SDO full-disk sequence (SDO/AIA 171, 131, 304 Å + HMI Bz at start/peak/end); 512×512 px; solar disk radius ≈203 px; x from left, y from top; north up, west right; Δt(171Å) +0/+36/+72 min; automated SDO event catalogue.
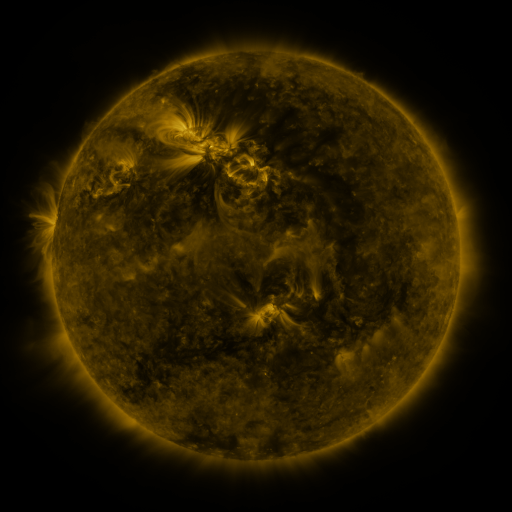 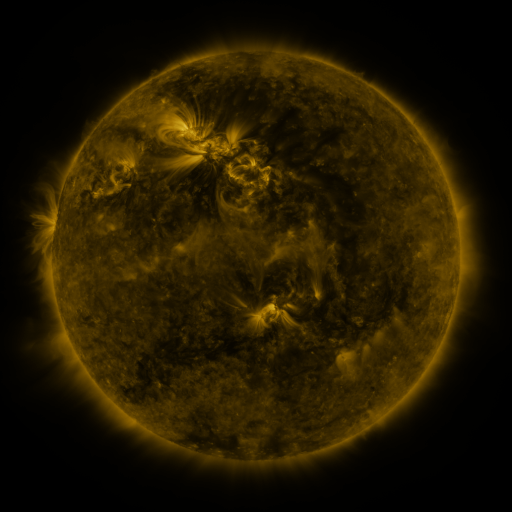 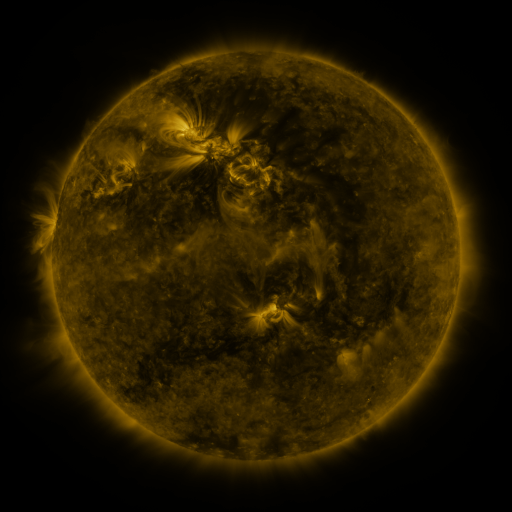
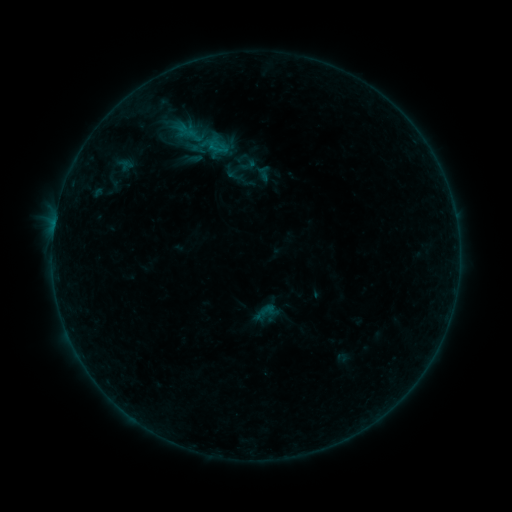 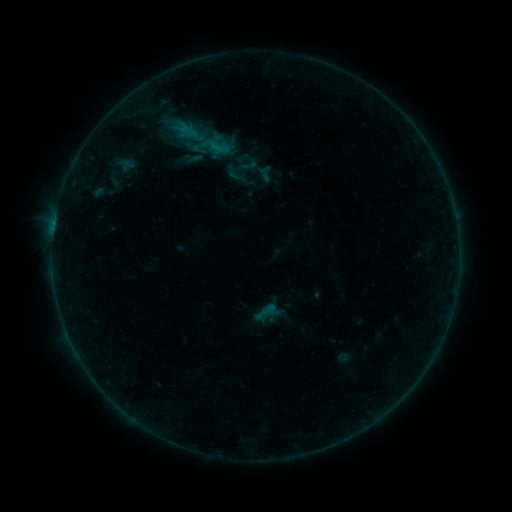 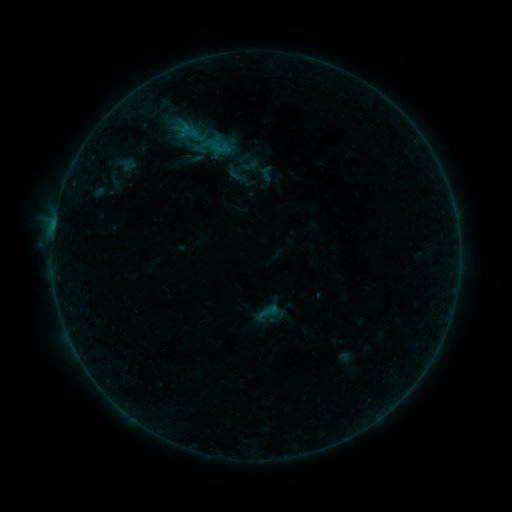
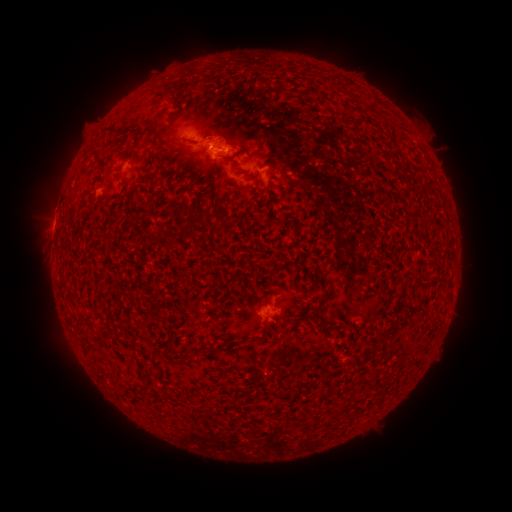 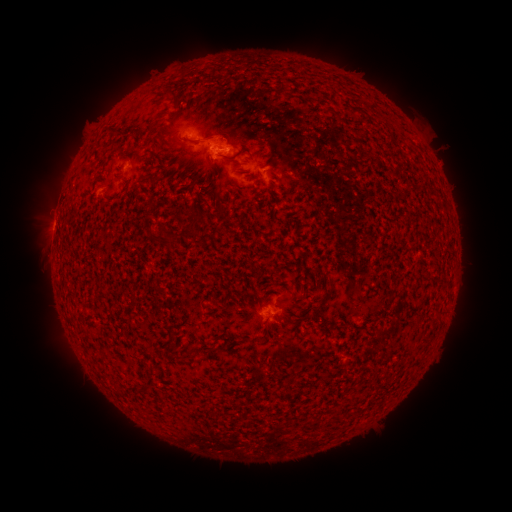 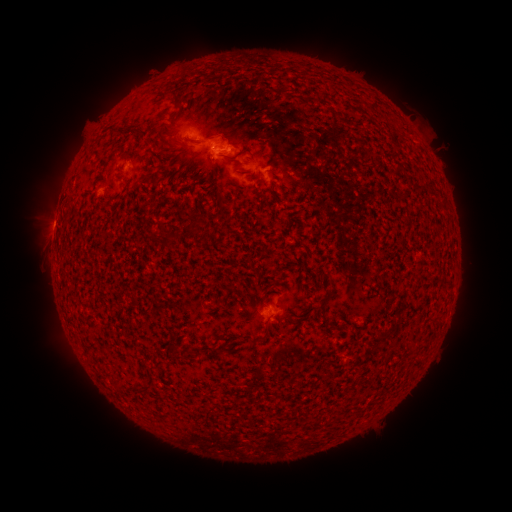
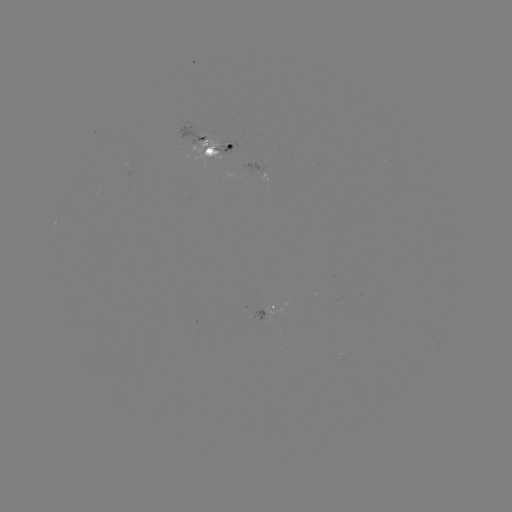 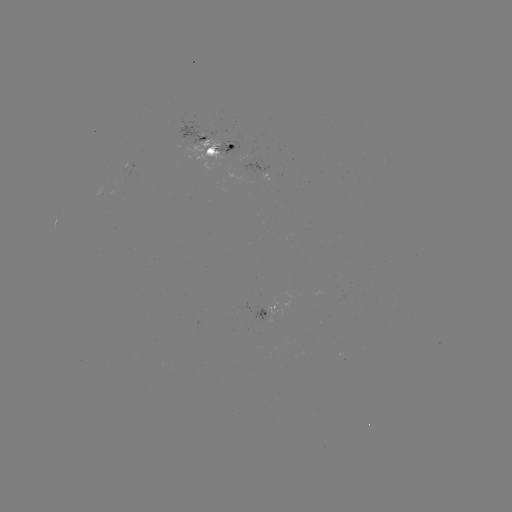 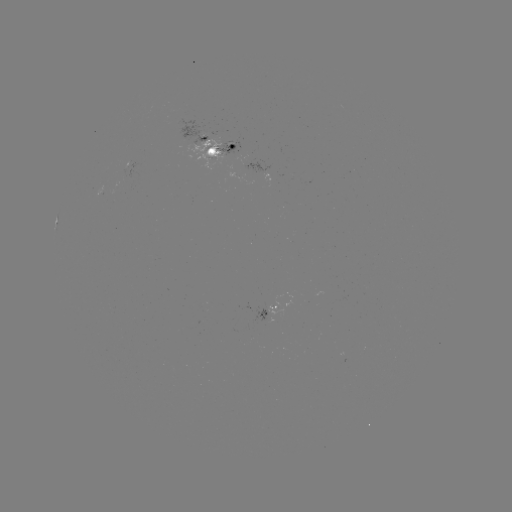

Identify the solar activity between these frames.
emerging-flux region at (216, 153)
